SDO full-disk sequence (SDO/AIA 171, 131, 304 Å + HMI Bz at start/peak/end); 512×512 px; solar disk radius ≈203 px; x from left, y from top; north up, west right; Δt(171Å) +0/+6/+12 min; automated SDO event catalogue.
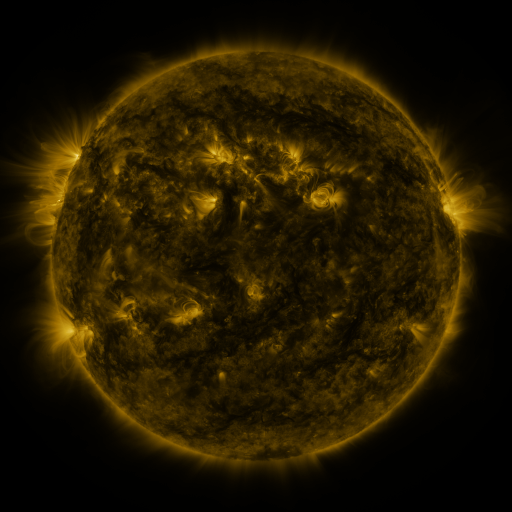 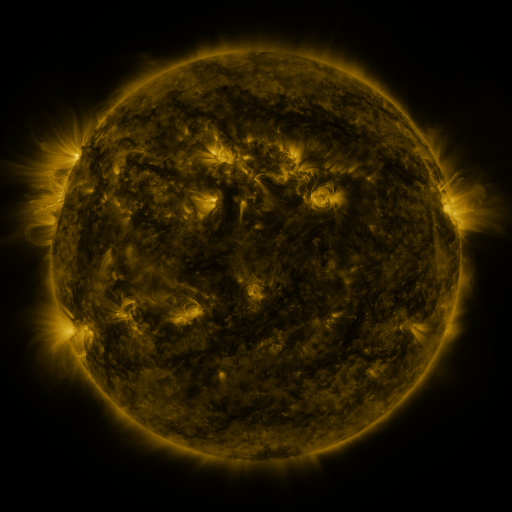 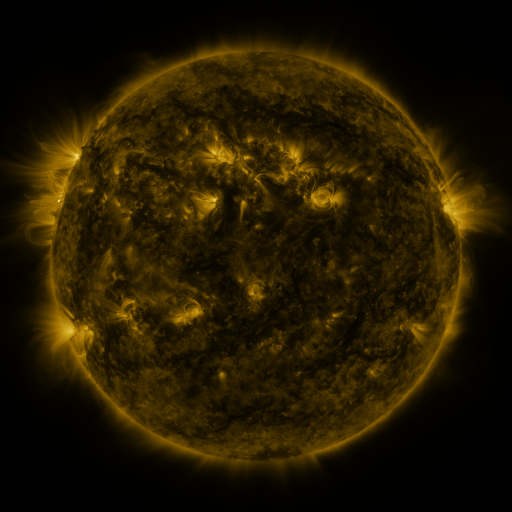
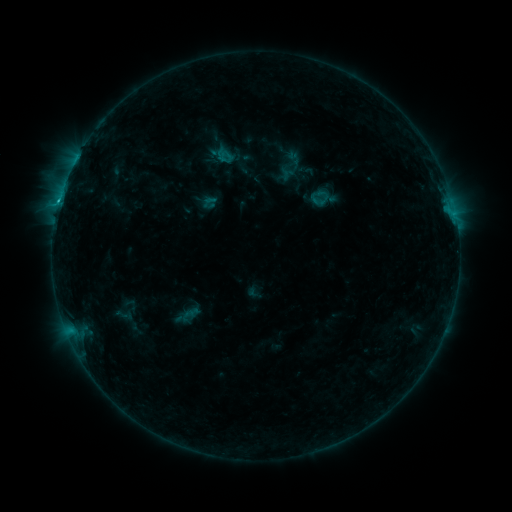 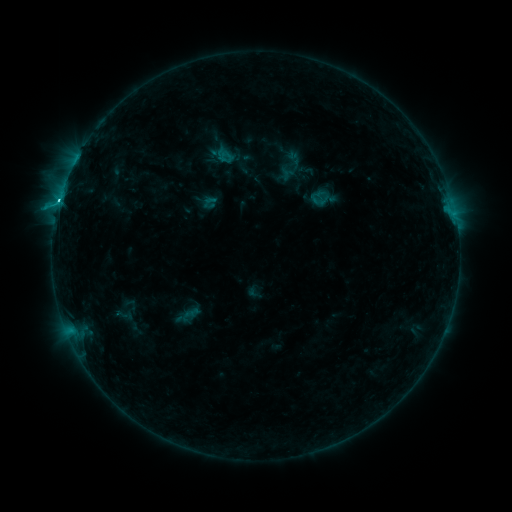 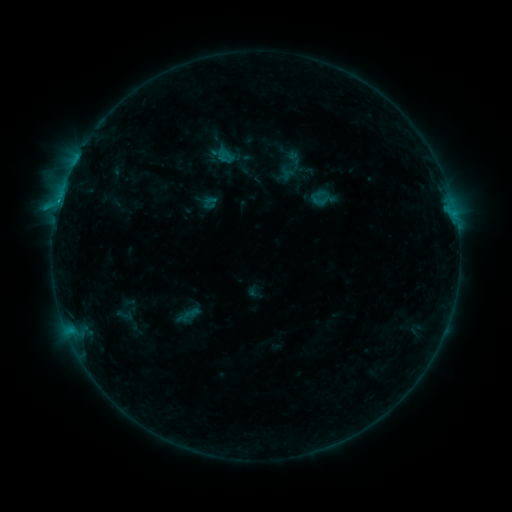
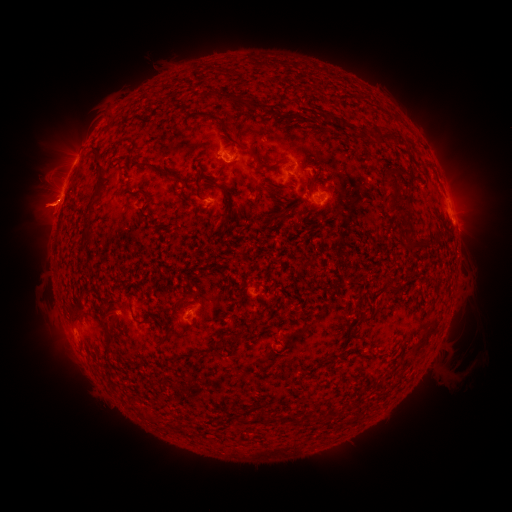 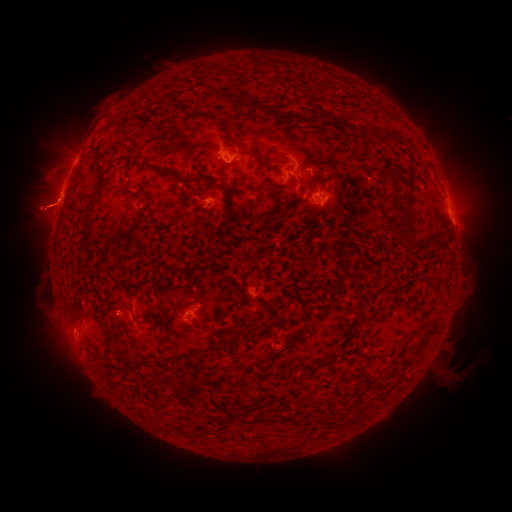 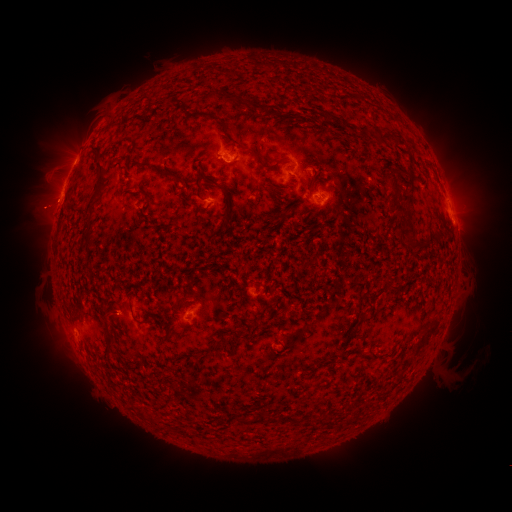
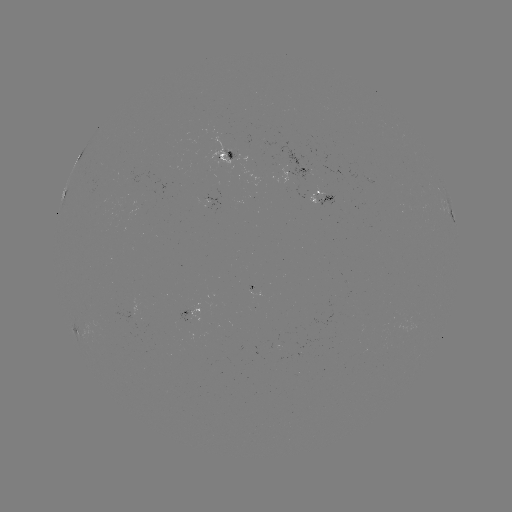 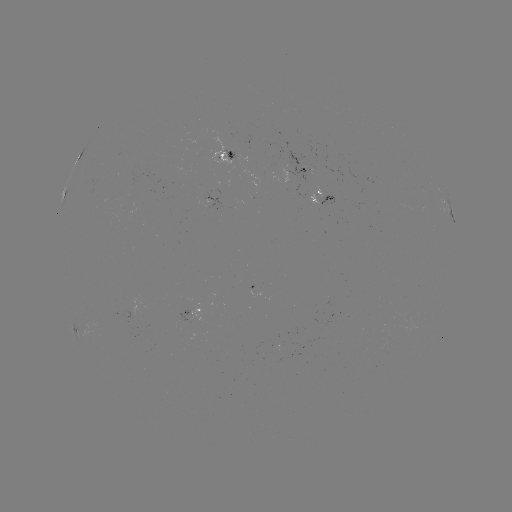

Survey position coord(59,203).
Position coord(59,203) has C2.8 flare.